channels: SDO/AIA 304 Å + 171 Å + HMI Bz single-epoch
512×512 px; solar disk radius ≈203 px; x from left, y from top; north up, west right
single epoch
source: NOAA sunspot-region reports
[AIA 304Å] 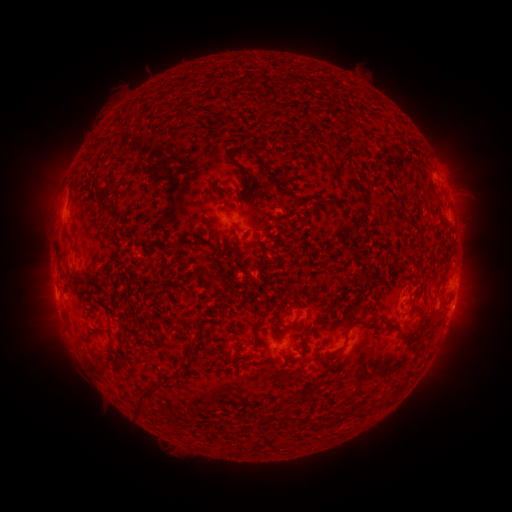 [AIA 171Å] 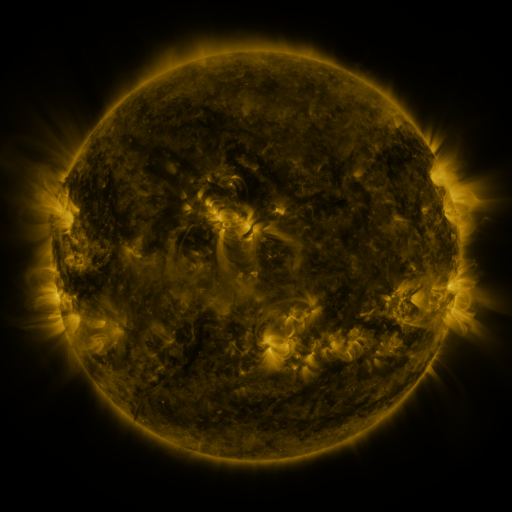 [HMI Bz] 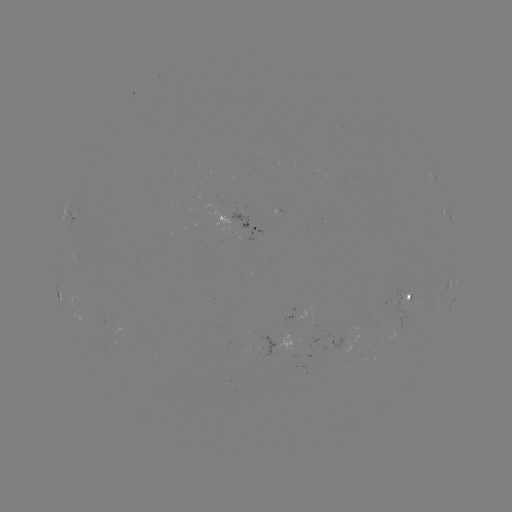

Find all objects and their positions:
spotted active region: (69, 215)
spotted active region: (449, 216)
spotted active region: (256, 227)
spotted active region: (454, 278)
spotted active region: (58, 291)
spotted active region: (408, 296)
spotted active region: (452, 304)
spotted active region: (276, 342)
